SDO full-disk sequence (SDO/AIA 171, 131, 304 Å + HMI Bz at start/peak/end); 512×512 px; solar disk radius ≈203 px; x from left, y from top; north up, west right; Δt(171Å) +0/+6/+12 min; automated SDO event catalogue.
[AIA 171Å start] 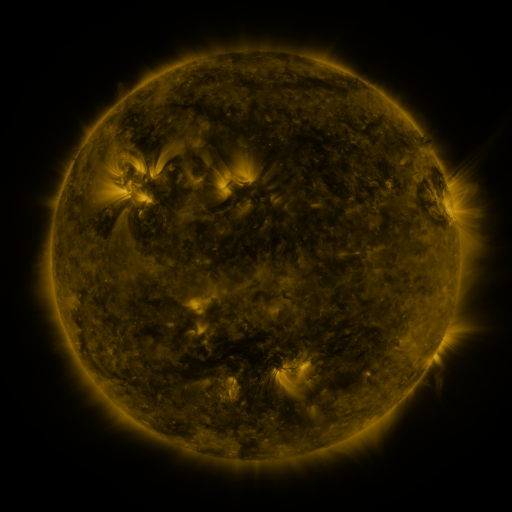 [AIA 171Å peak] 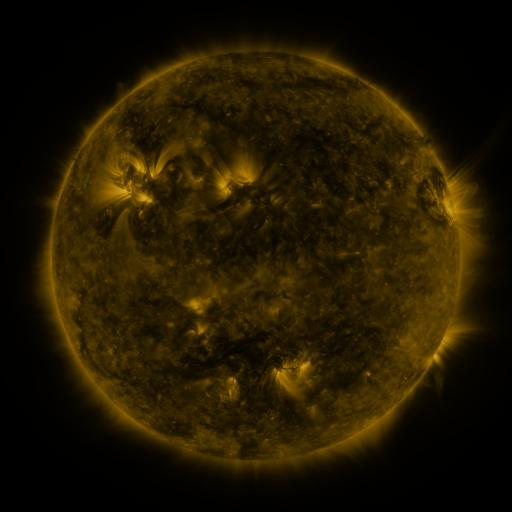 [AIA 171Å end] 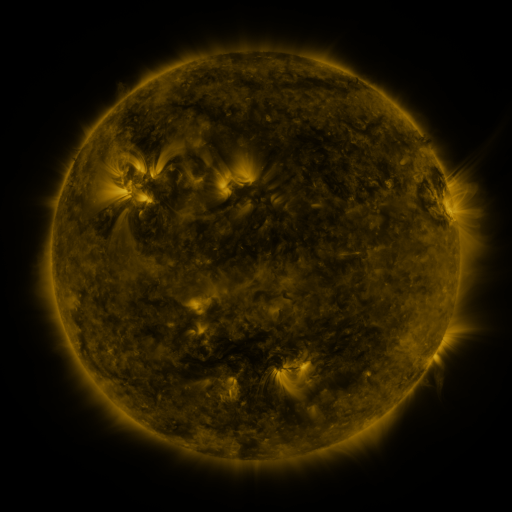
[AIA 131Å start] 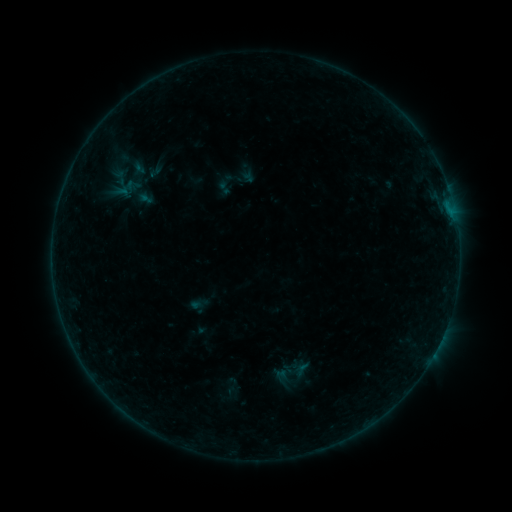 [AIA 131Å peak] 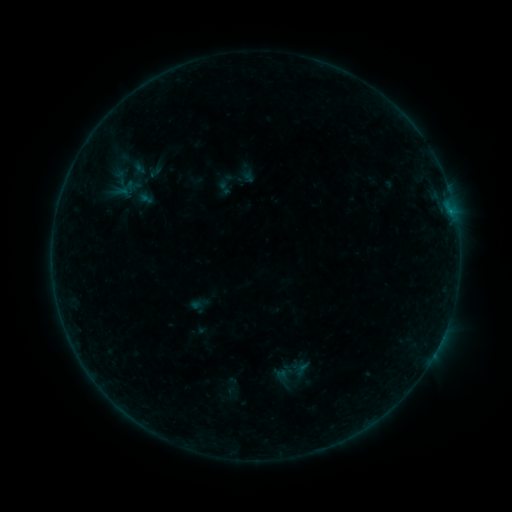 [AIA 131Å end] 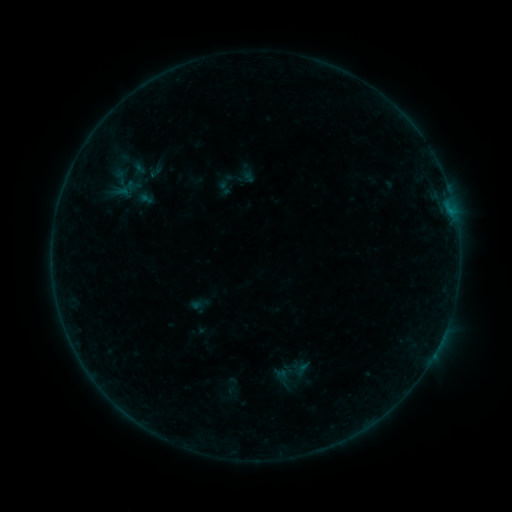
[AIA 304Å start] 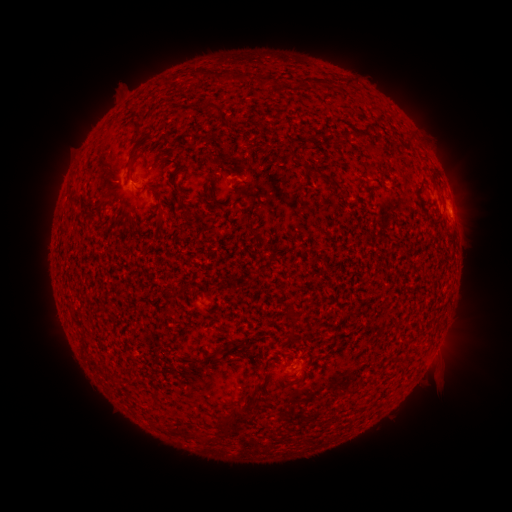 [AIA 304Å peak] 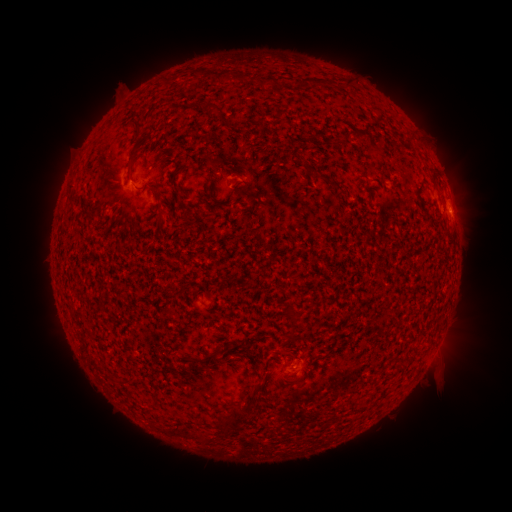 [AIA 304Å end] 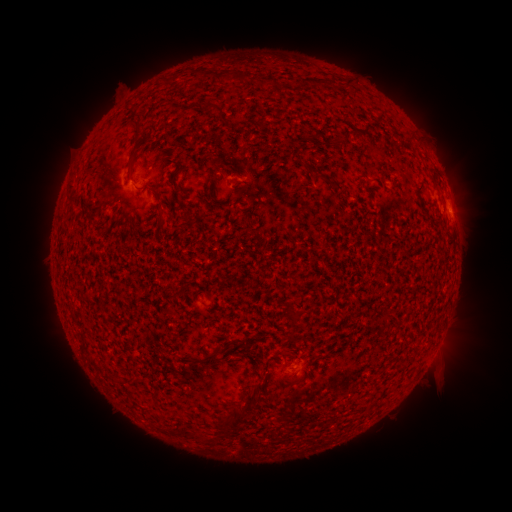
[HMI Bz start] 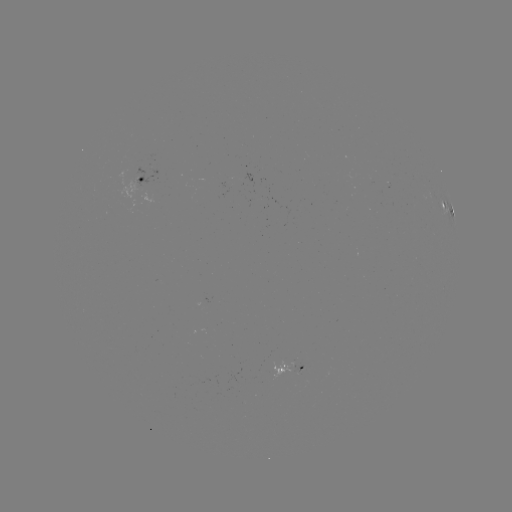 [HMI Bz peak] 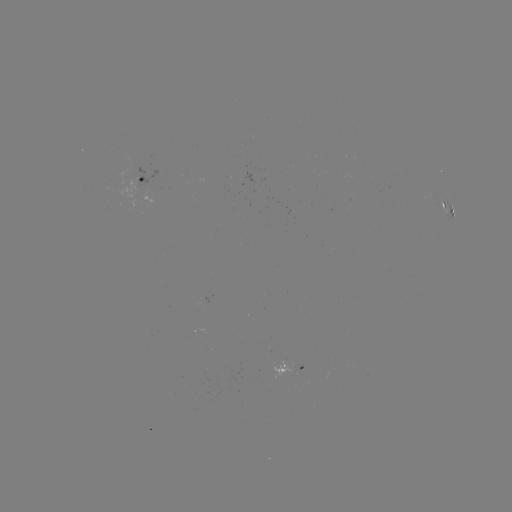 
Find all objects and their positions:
B2.0 flare: (452, 215)
